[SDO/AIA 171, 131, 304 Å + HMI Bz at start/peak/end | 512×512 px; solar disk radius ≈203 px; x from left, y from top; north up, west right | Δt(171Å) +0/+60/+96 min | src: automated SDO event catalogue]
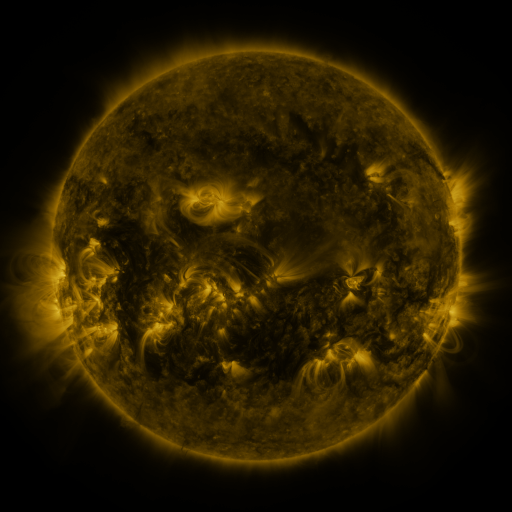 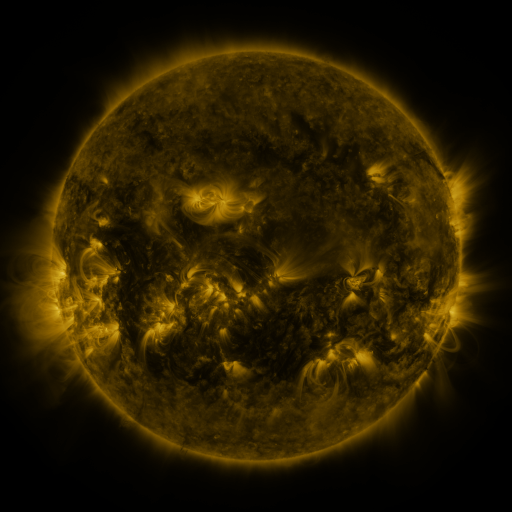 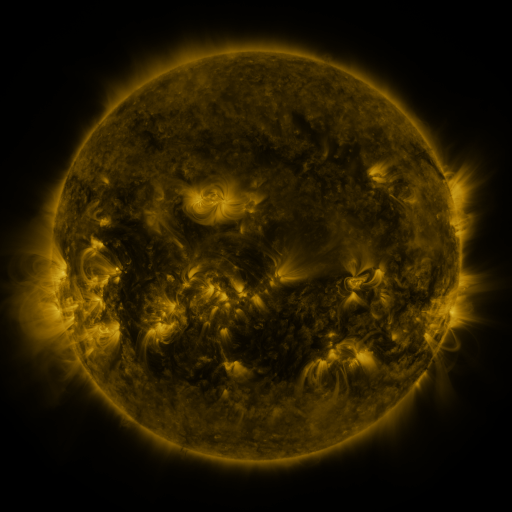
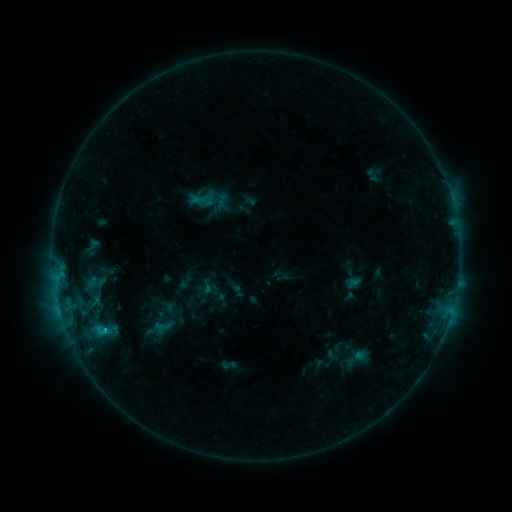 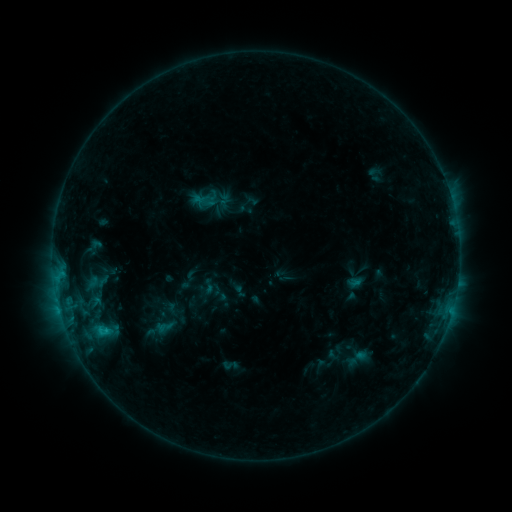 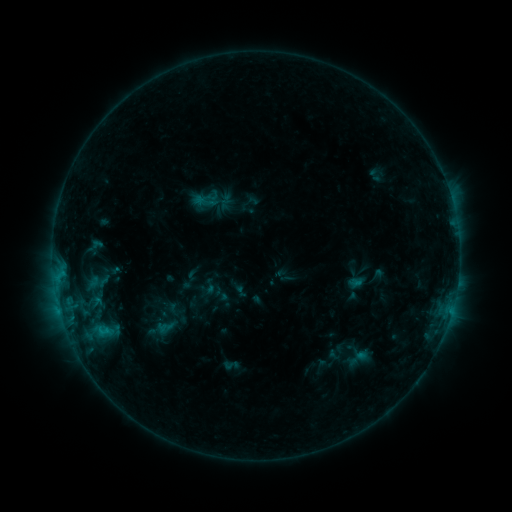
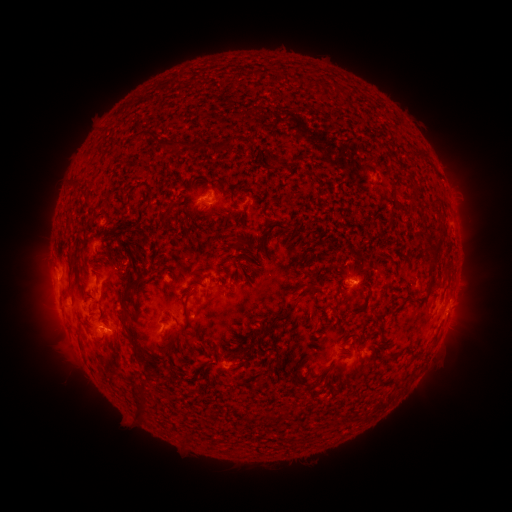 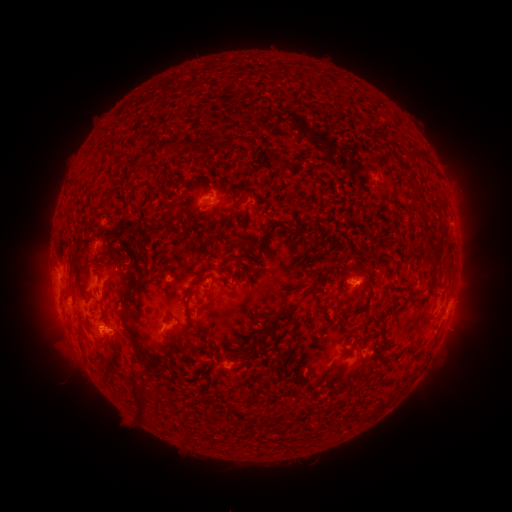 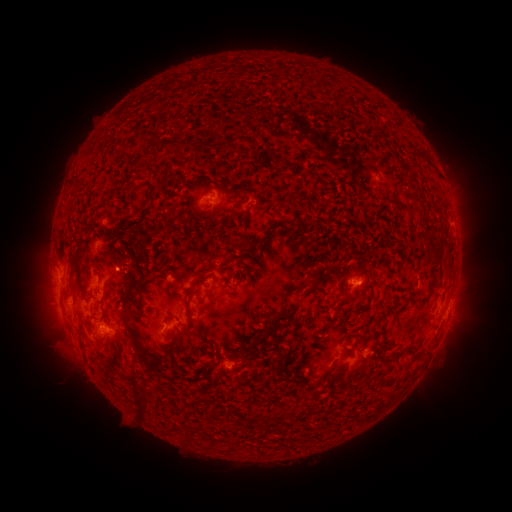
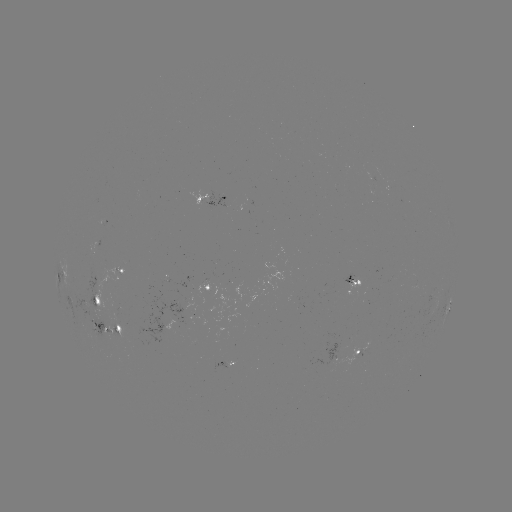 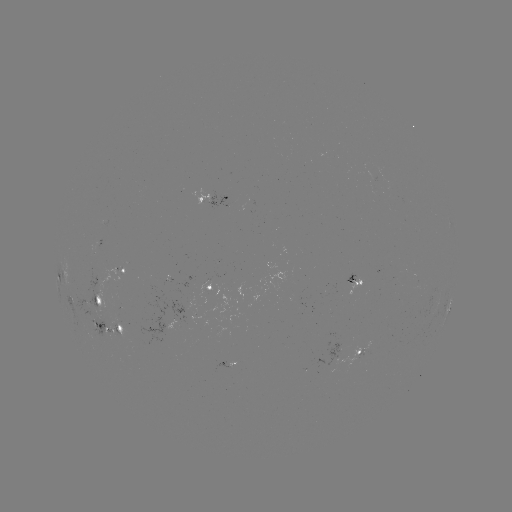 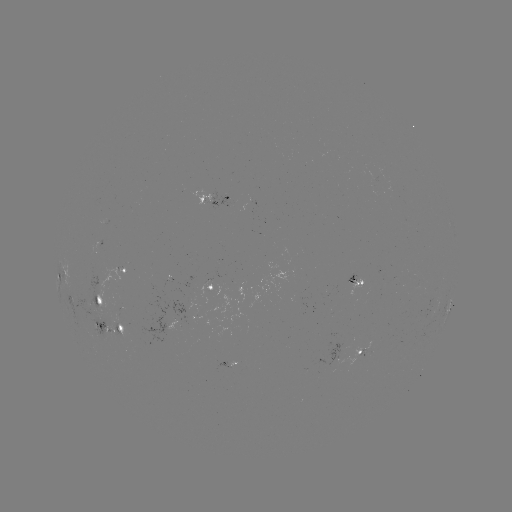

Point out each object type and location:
emerging-flux region: (173, 281)
